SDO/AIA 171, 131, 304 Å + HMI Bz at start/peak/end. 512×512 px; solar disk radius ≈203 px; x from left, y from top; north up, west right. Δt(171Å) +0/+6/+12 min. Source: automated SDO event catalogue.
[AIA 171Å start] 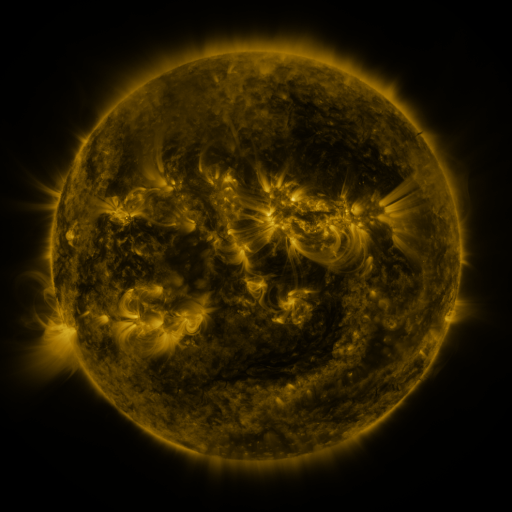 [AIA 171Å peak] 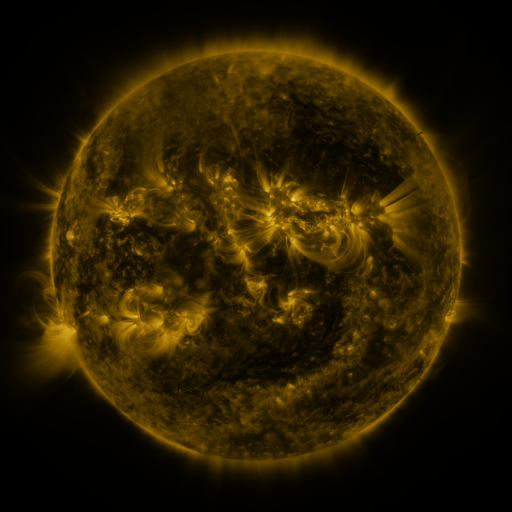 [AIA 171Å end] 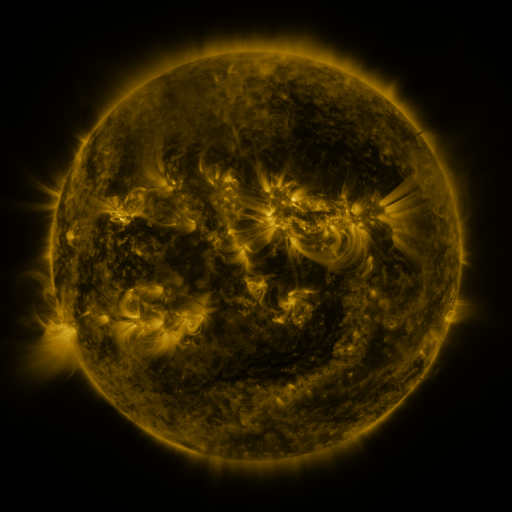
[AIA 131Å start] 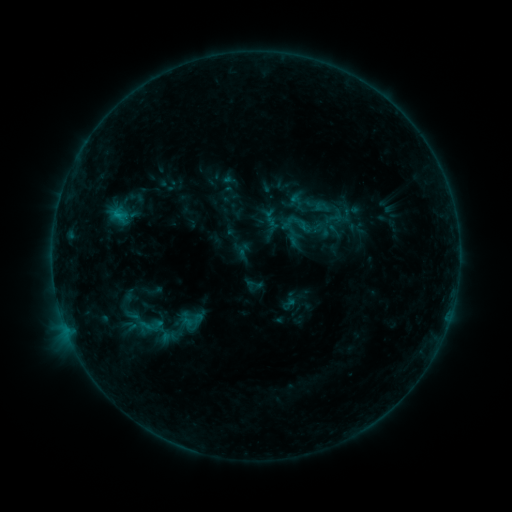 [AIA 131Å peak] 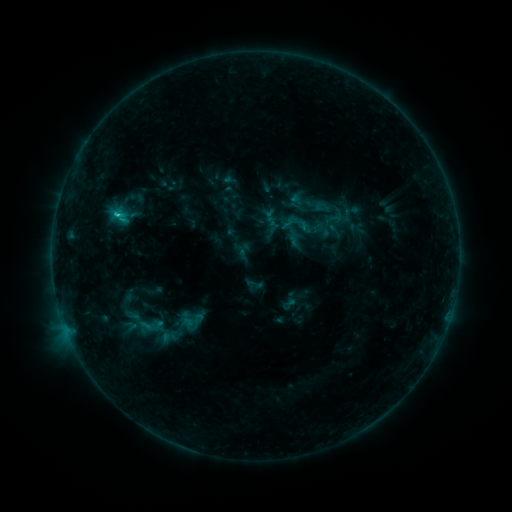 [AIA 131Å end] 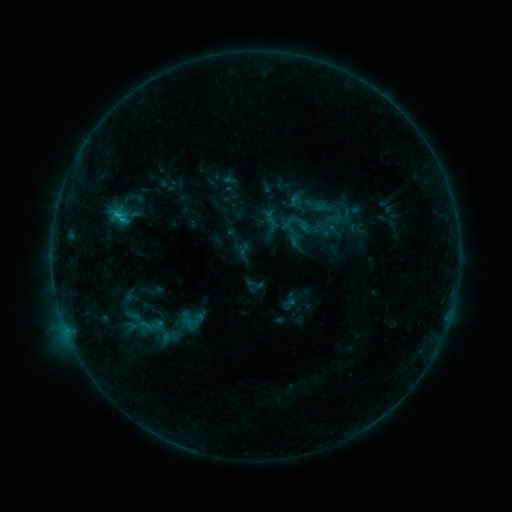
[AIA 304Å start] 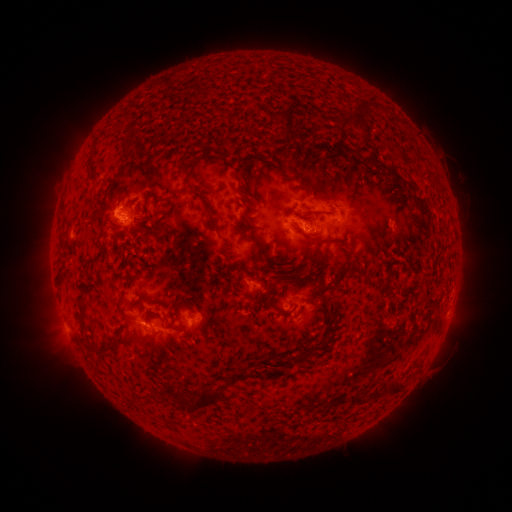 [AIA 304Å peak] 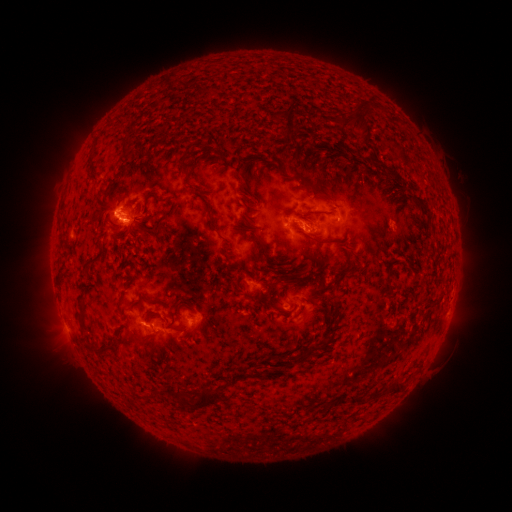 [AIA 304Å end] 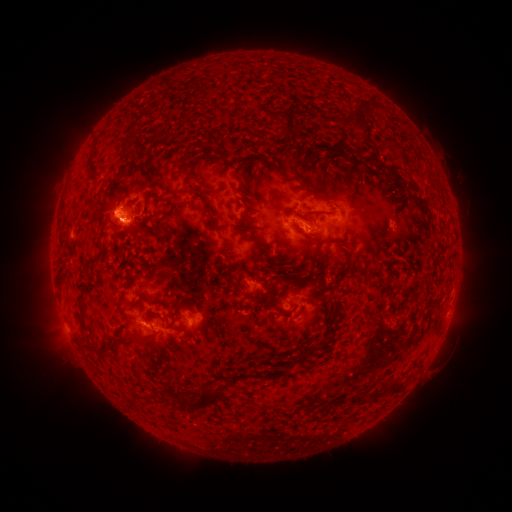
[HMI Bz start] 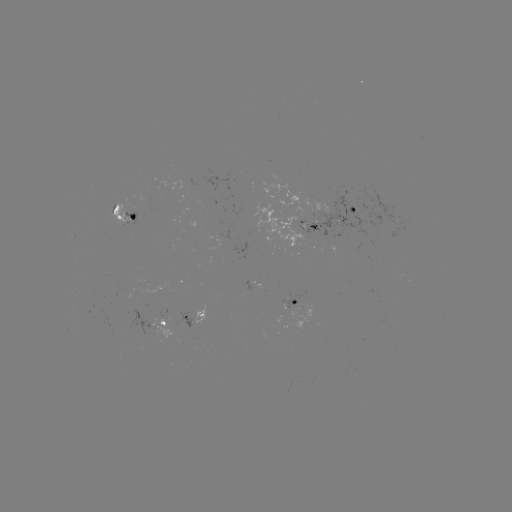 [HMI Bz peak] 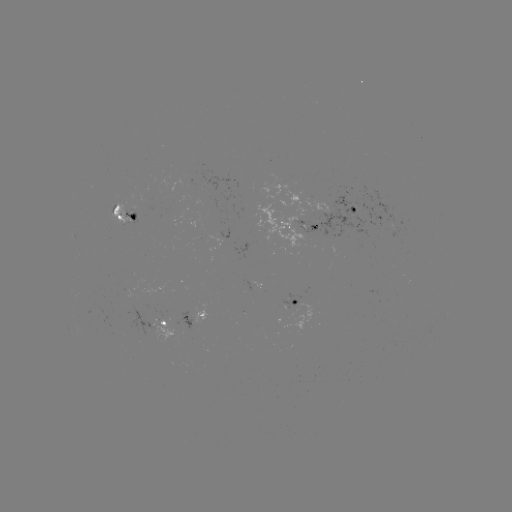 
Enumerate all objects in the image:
C1.2 flare: (118, 218)
